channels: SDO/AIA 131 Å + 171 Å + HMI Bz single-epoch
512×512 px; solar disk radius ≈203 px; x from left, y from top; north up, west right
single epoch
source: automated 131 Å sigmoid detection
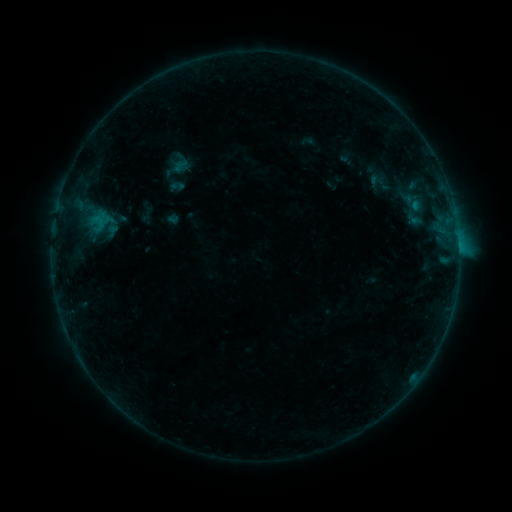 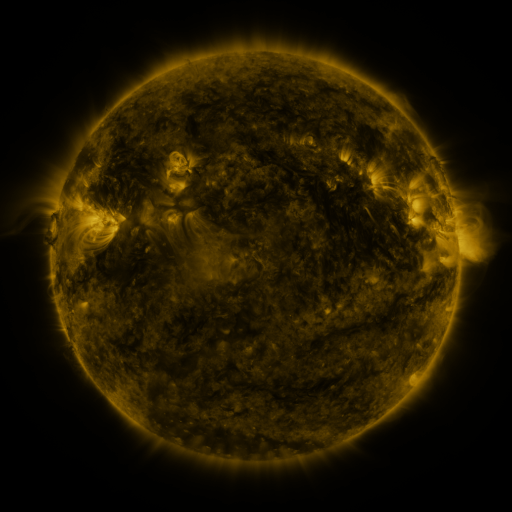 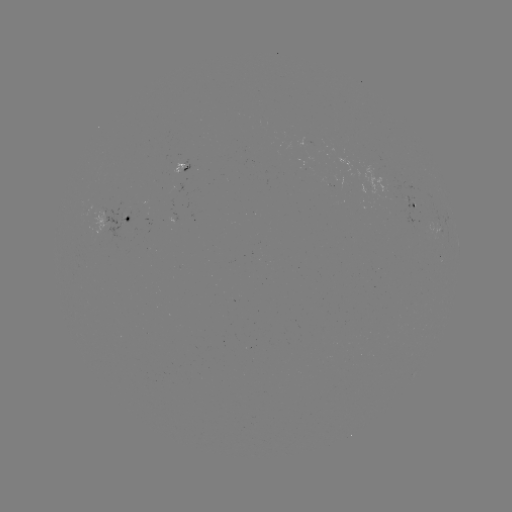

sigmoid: [172, 155, 191, 174]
